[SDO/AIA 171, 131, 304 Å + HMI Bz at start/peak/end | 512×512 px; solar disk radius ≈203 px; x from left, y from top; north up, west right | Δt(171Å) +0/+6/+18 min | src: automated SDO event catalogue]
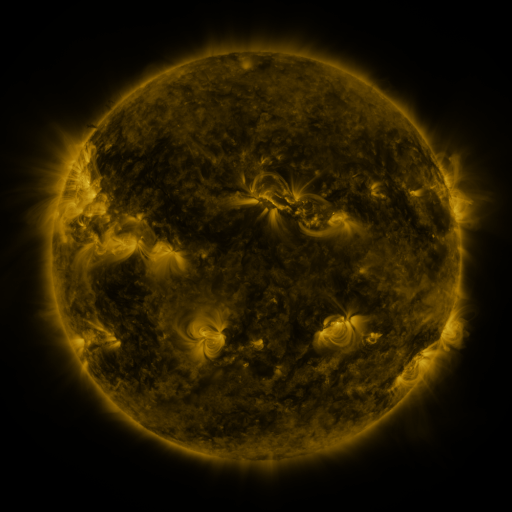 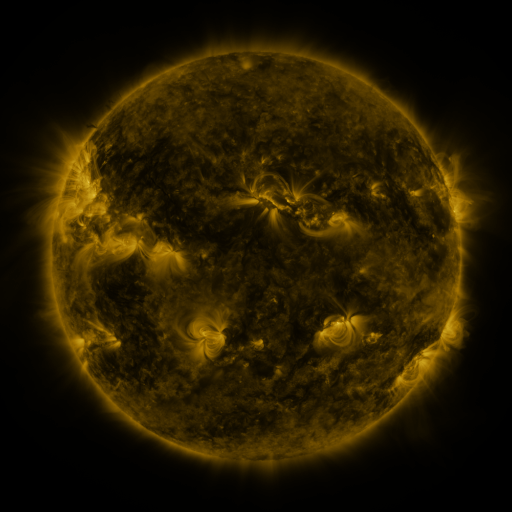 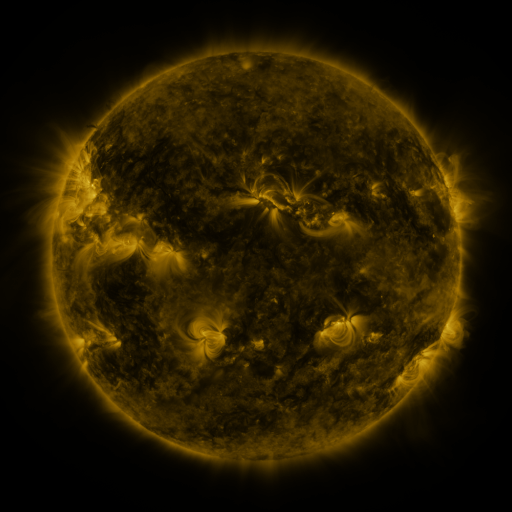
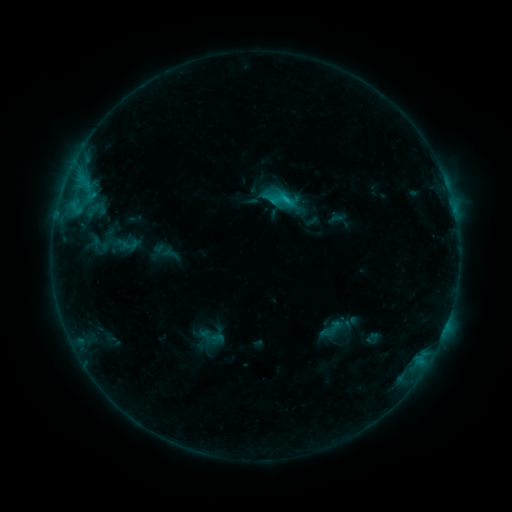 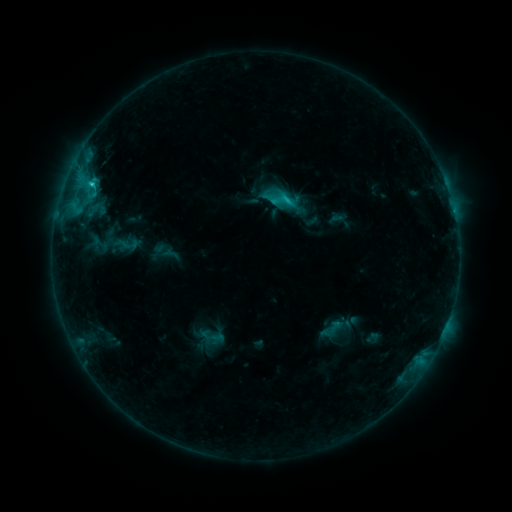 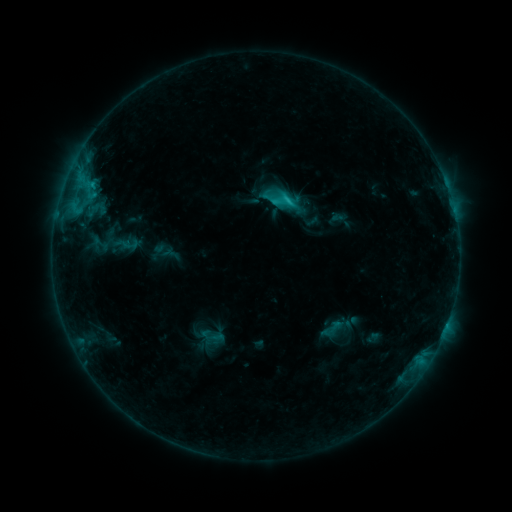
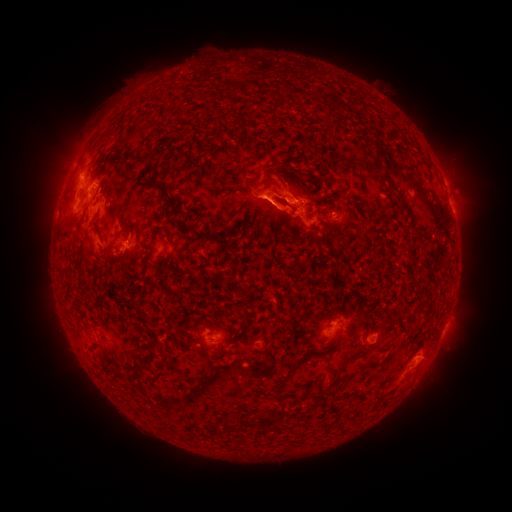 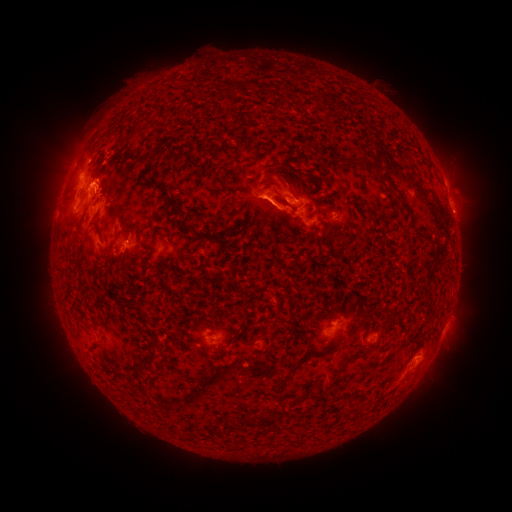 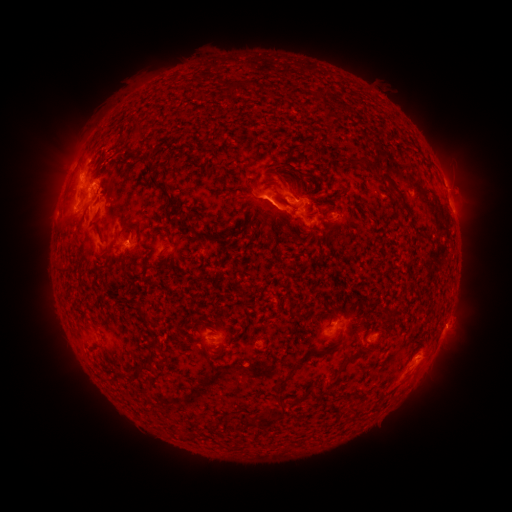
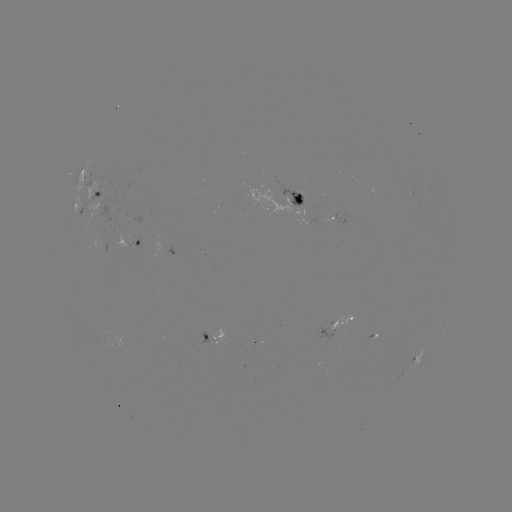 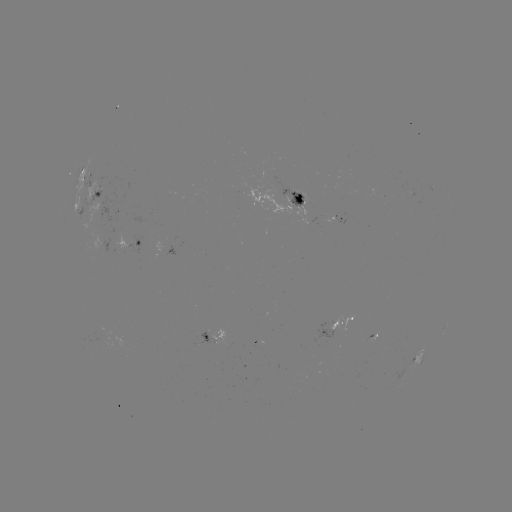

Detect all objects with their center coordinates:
C2.9 flare: (91, 184)
